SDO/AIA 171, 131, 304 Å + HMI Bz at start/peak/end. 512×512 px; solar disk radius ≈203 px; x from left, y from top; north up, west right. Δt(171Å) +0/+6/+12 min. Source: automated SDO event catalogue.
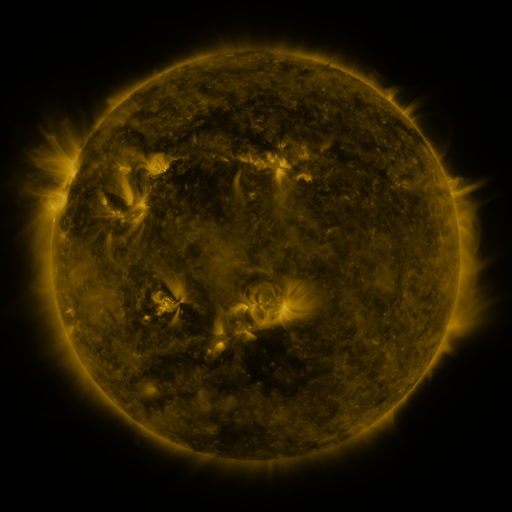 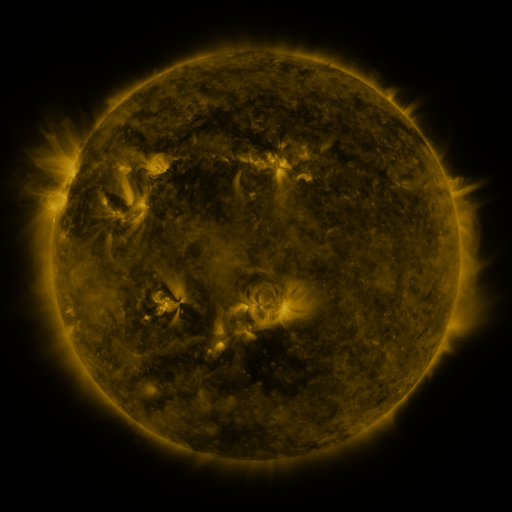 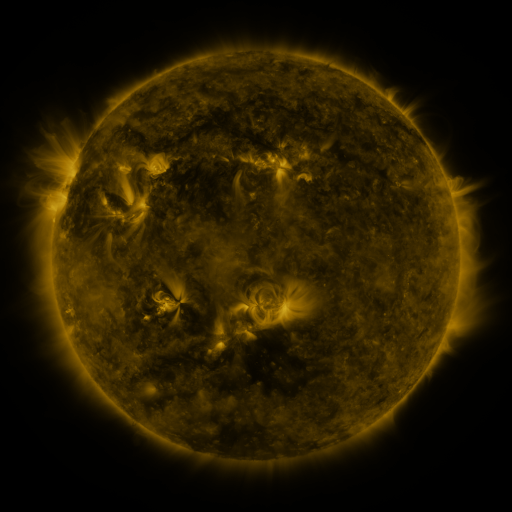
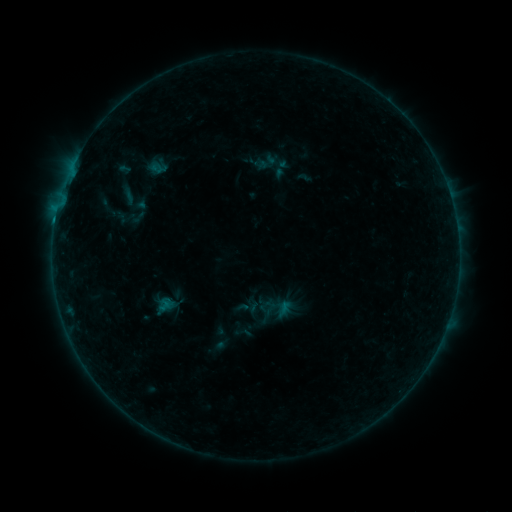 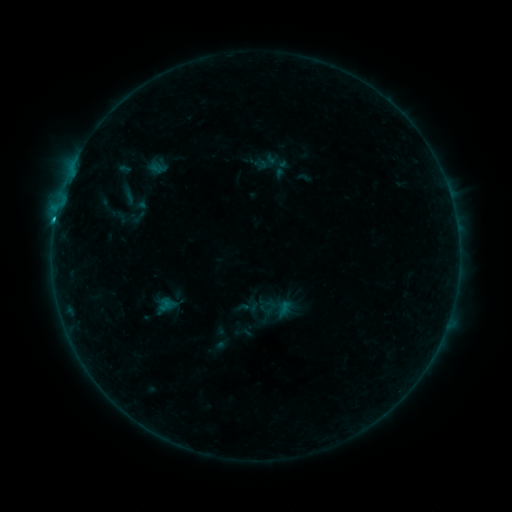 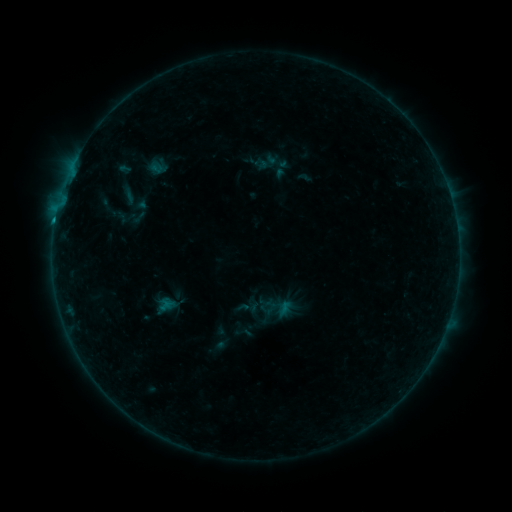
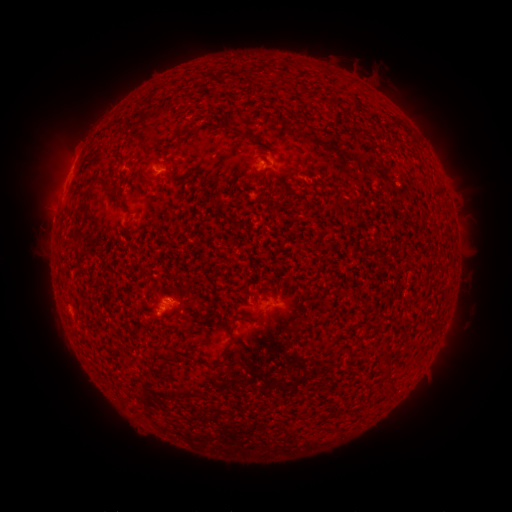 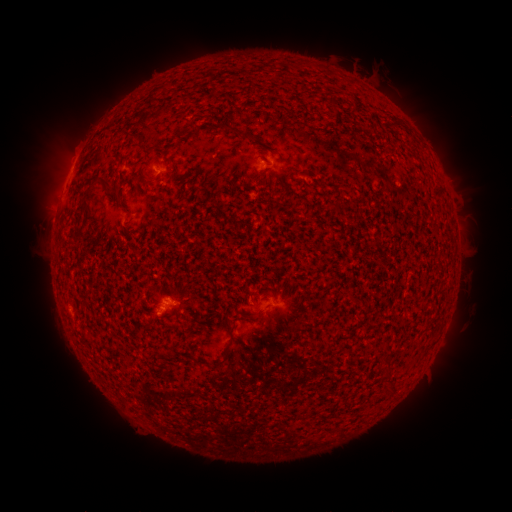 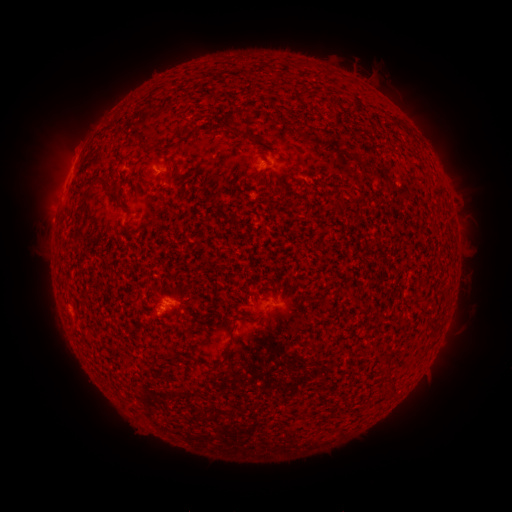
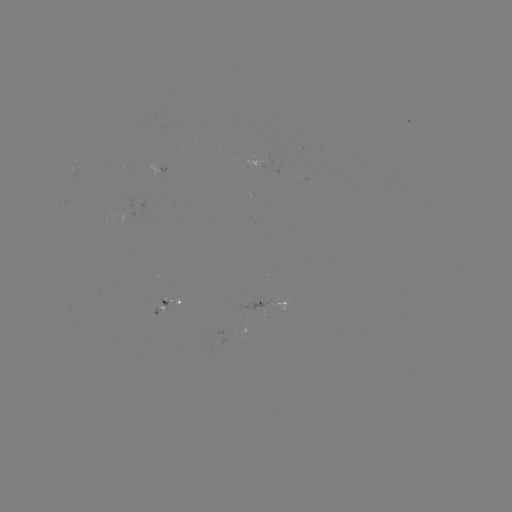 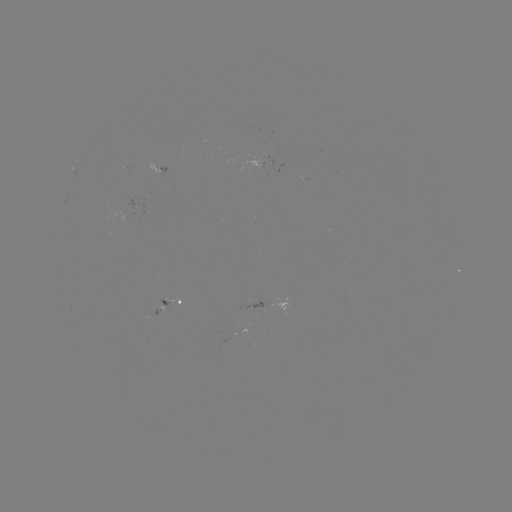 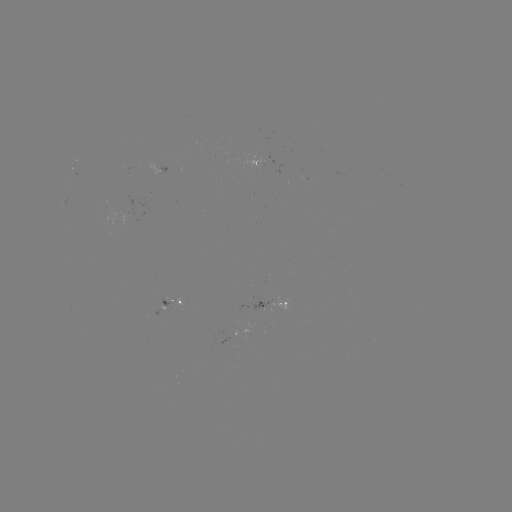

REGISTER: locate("B9.6 flare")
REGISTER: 160,309